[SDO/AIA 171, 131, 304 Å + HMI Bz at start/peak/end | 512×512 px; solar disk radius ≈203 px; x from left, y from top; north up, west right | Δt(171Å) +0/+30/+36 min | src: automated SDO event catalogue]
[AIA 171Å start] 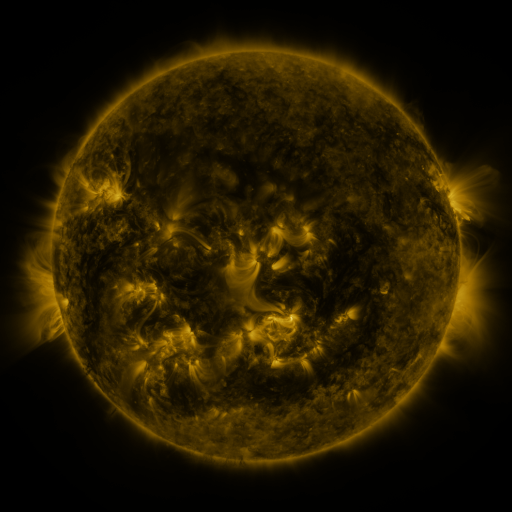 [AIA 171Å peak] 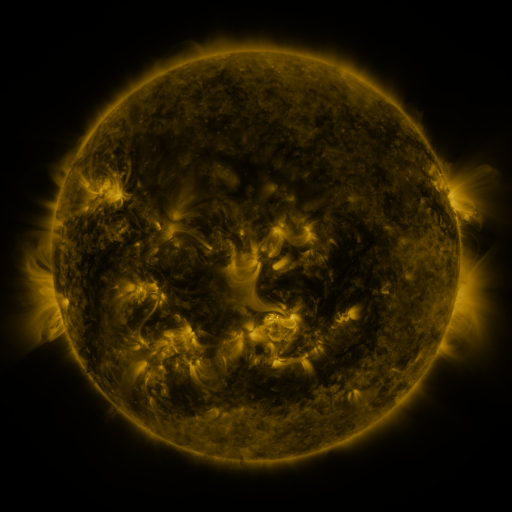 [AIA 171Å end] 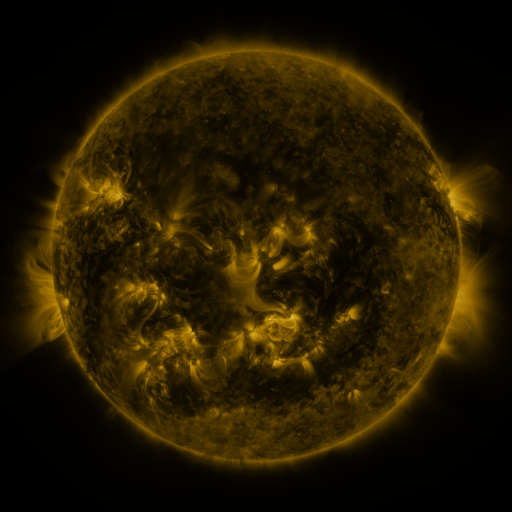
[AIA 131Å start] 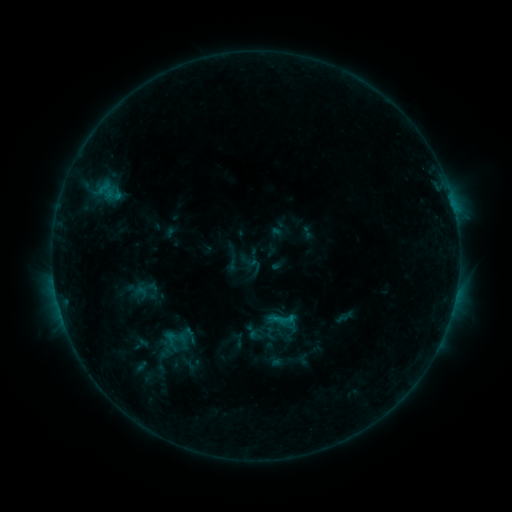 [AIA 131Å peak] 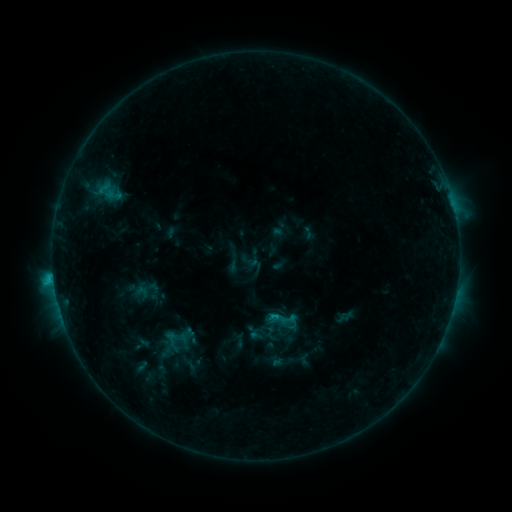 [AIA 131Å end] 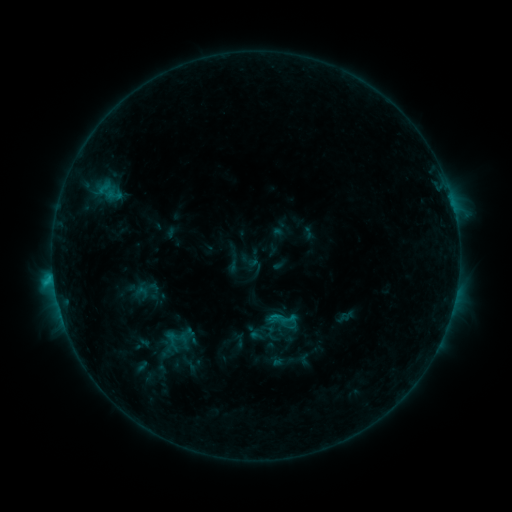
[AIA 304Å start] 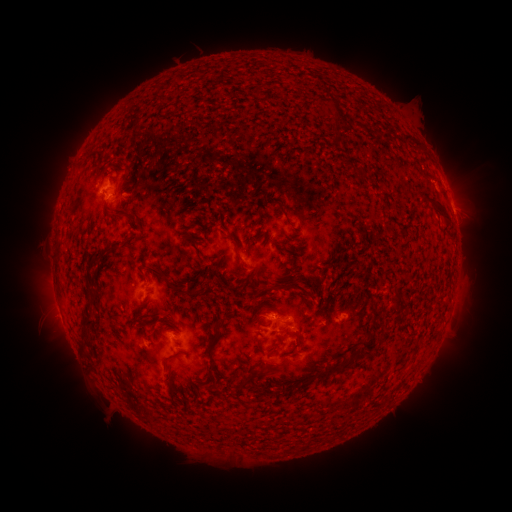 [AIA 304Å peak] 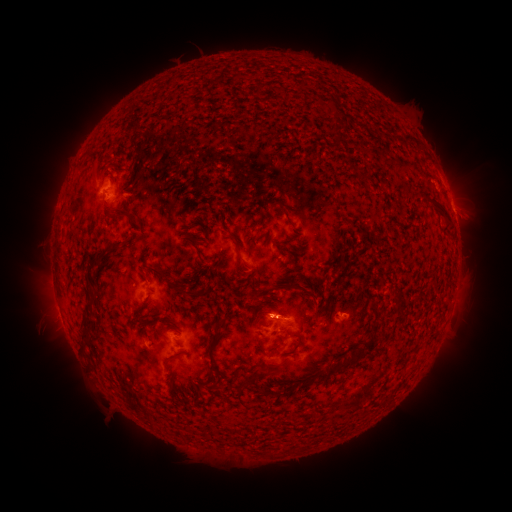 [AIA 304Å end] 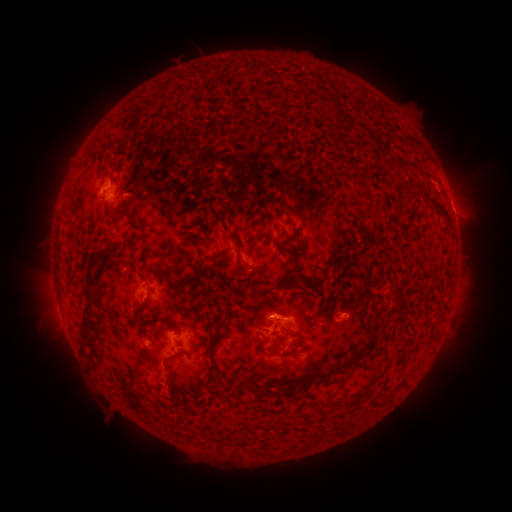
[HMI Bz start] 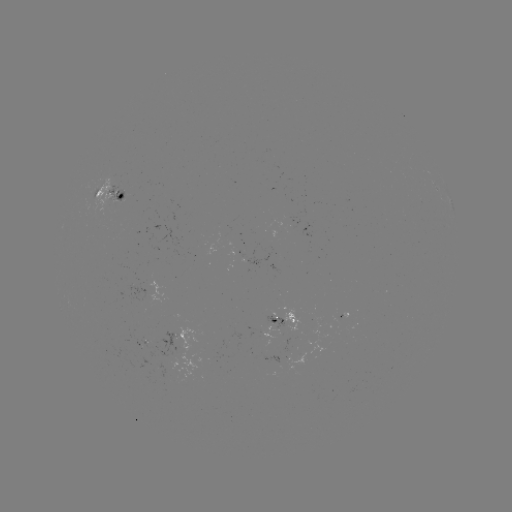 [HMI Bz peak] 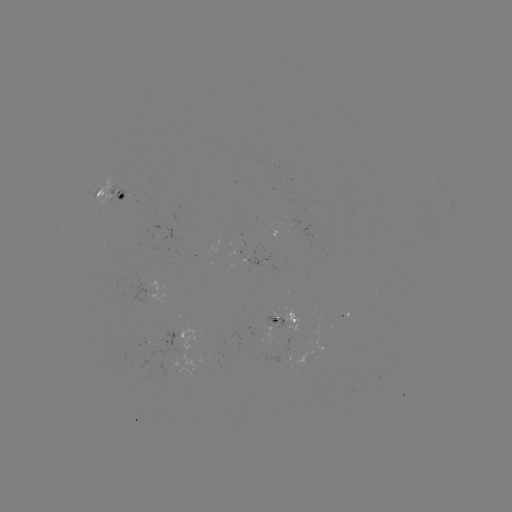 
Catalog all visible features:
C1.1 flare: (53, 277)
